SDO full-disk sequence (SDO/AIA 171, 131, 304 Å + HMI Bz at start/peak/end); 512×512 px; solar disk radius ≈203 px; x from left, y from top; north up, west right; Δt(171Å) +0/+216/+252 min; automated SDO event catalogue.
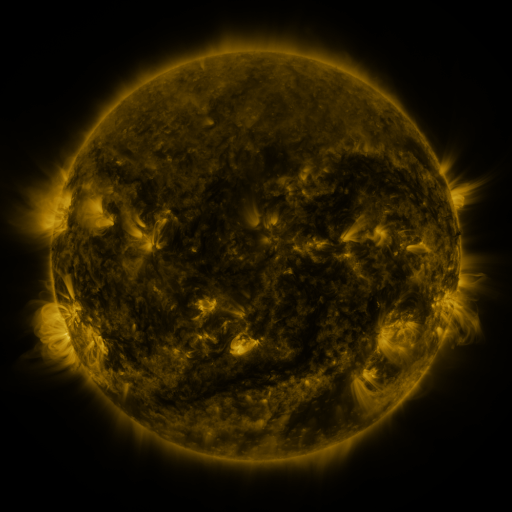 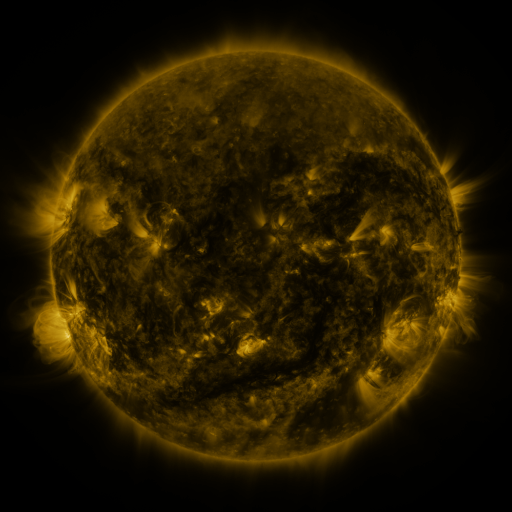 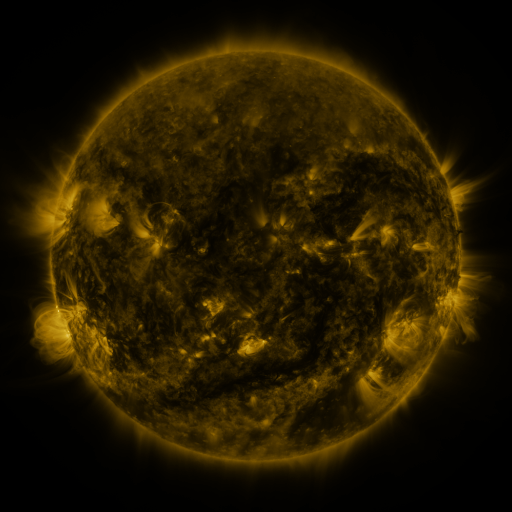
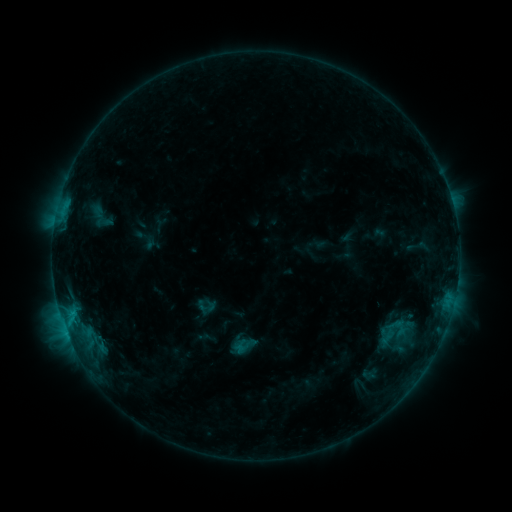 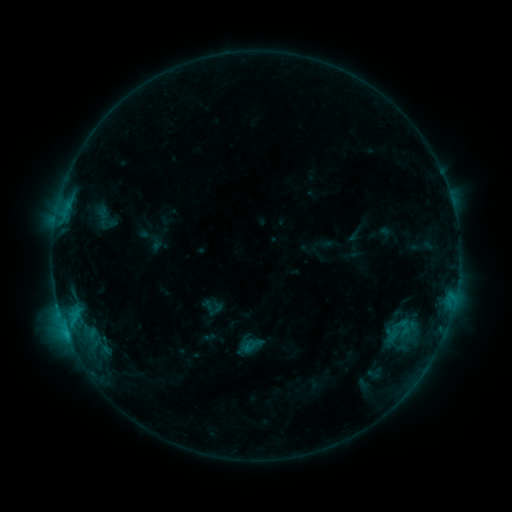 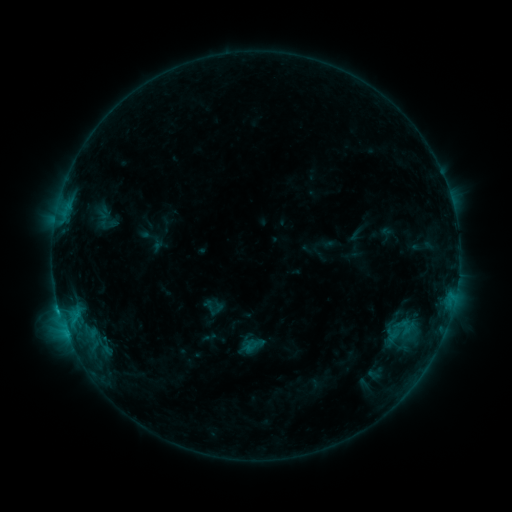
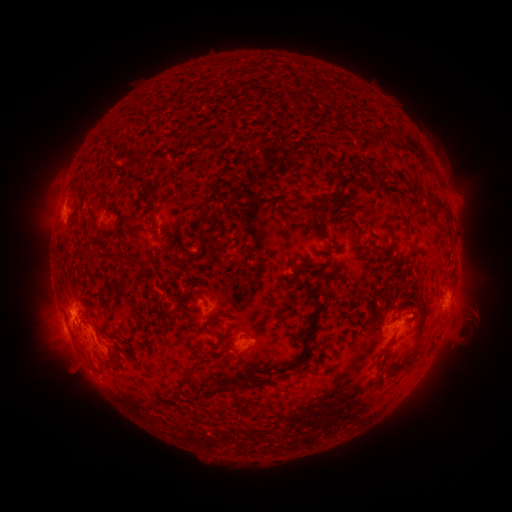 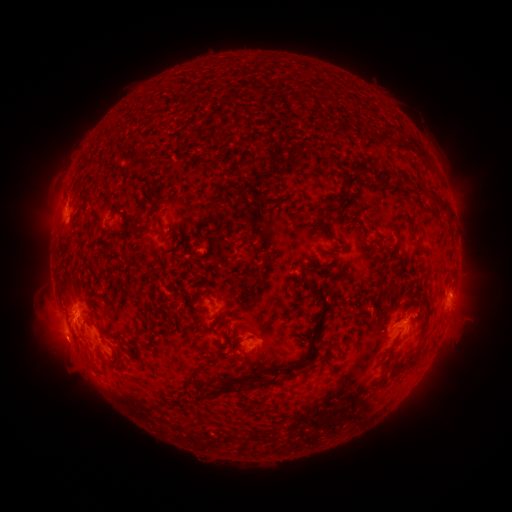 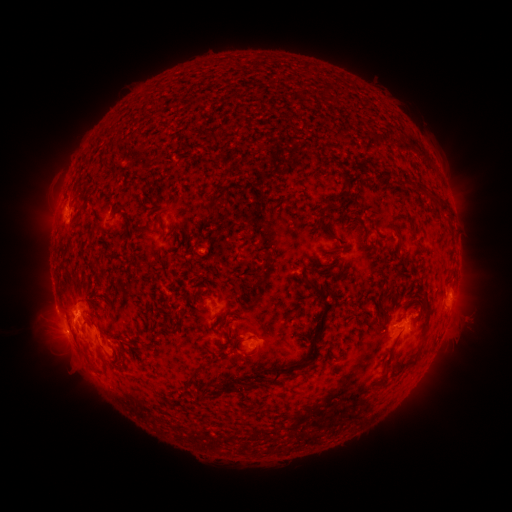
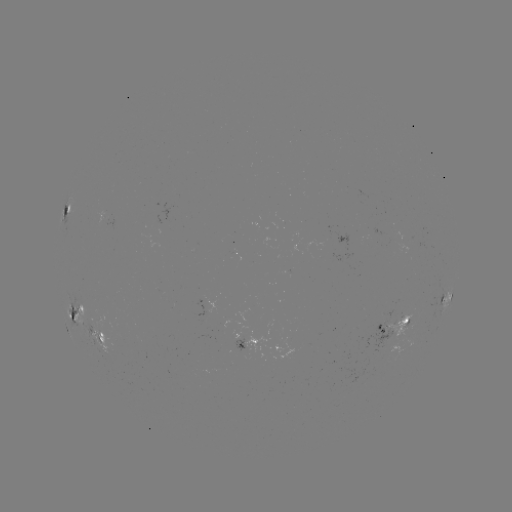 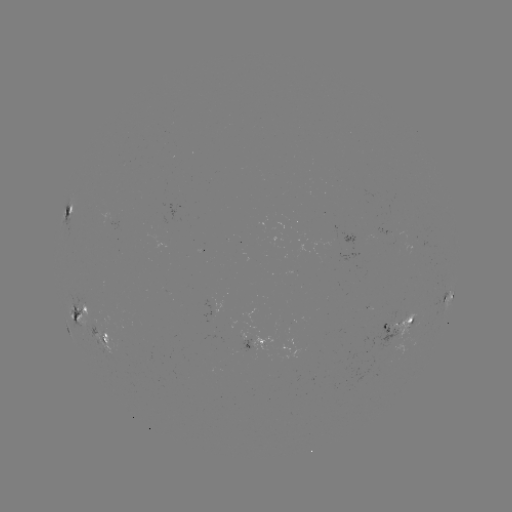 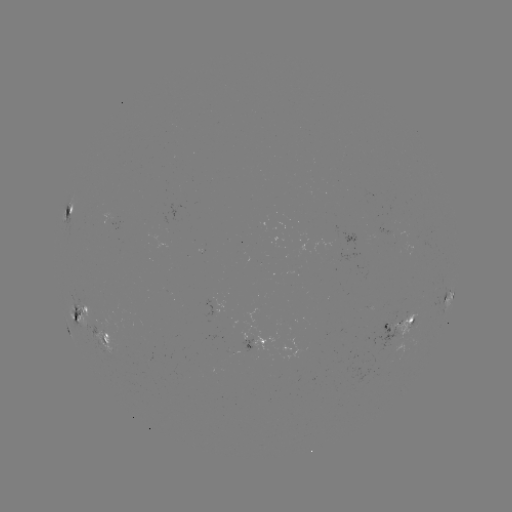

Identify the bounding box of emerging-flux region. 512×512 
[238, 329, 250, 340].